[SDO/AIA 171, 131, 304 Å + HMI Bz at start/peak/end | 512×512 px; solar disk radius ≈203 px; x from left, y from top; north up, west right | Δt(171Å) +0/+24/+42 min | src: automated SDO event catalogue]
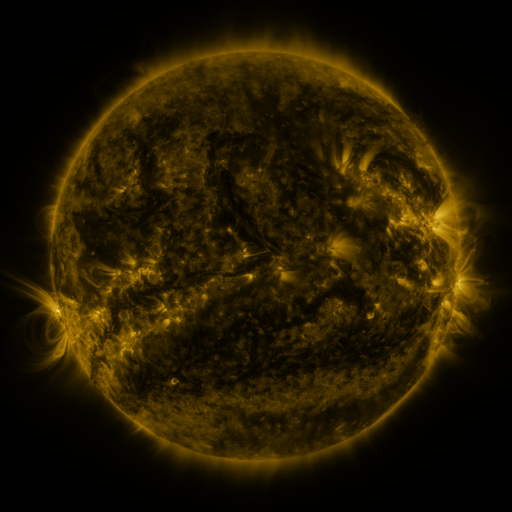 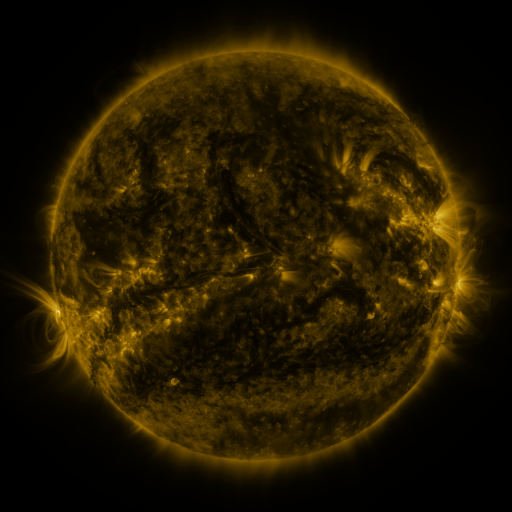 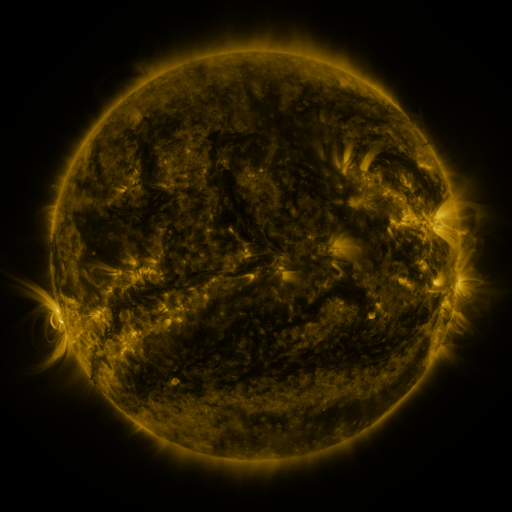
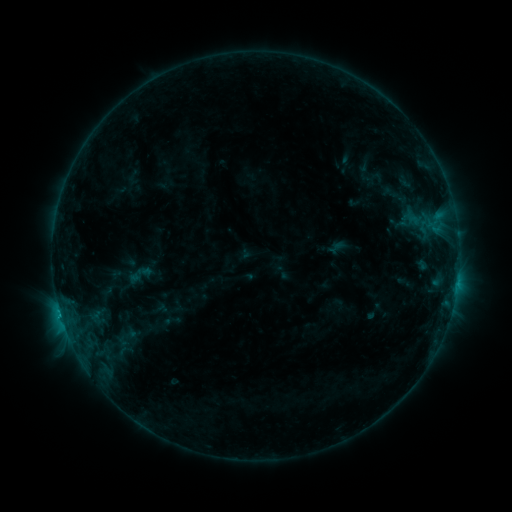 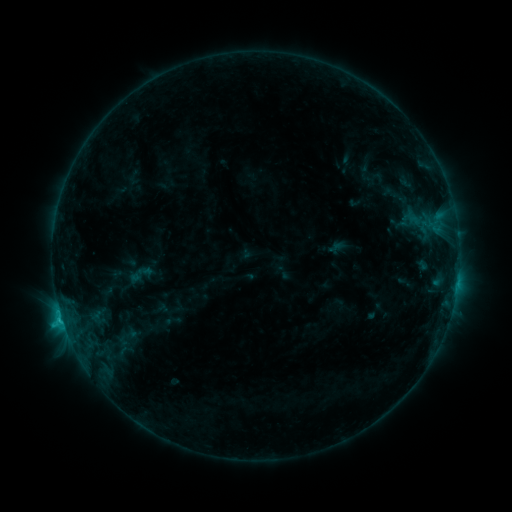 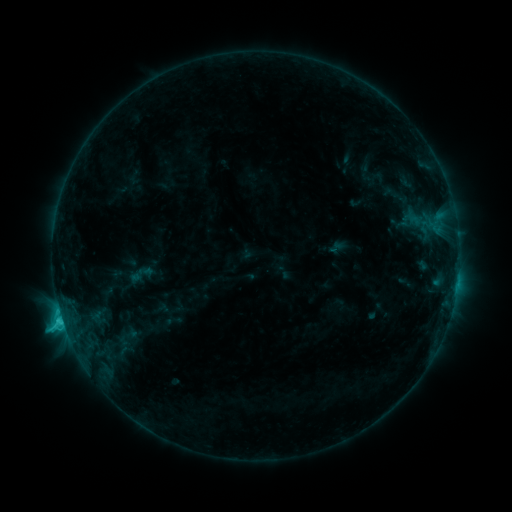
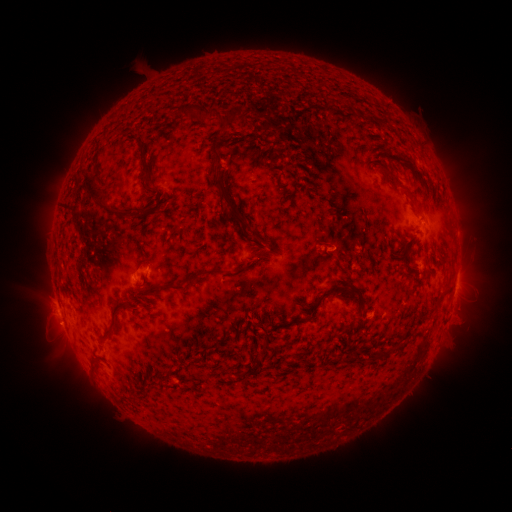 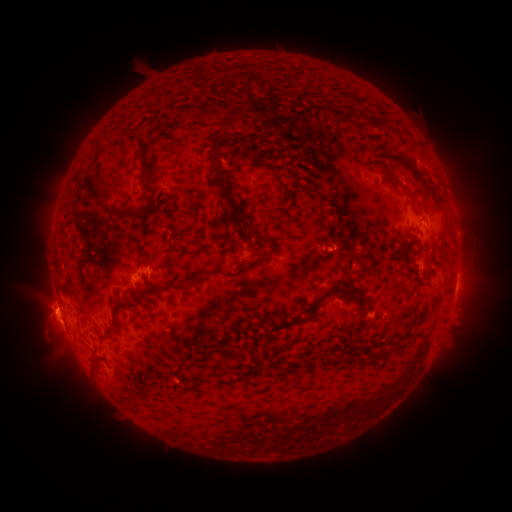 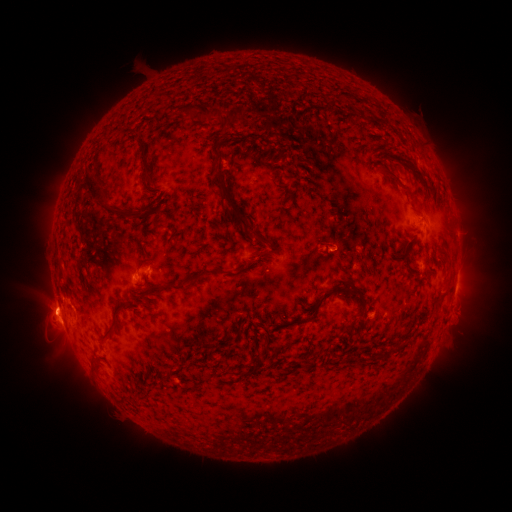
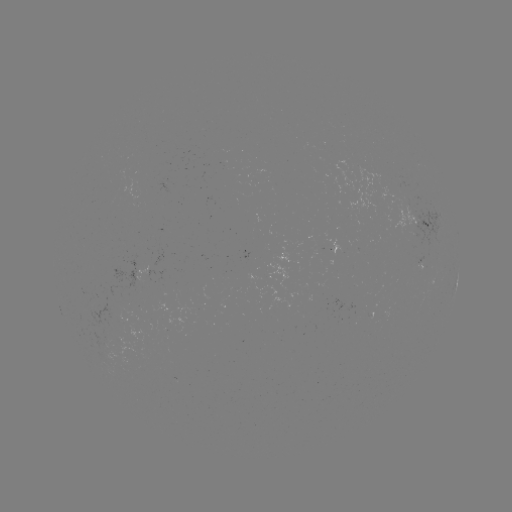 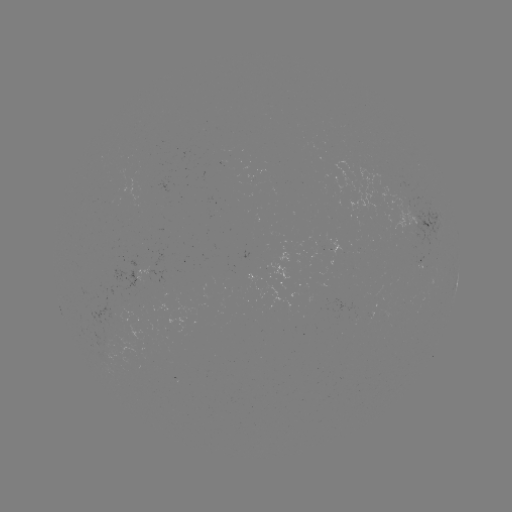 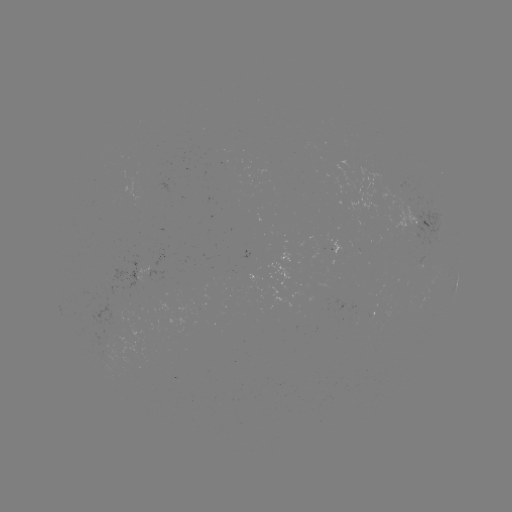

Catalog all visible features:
eruption: (54, 316)
